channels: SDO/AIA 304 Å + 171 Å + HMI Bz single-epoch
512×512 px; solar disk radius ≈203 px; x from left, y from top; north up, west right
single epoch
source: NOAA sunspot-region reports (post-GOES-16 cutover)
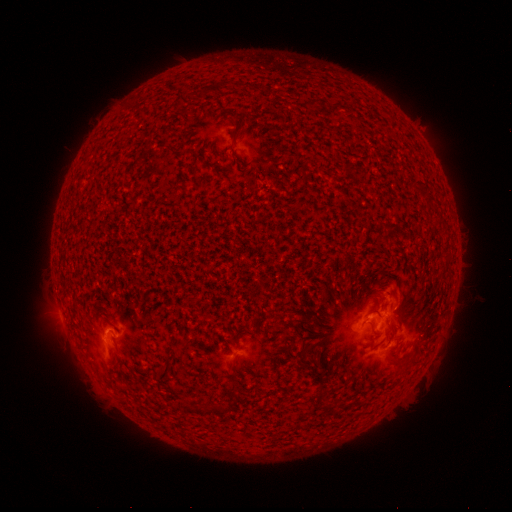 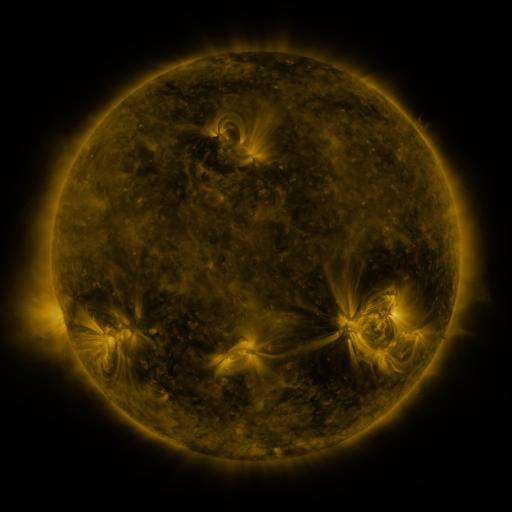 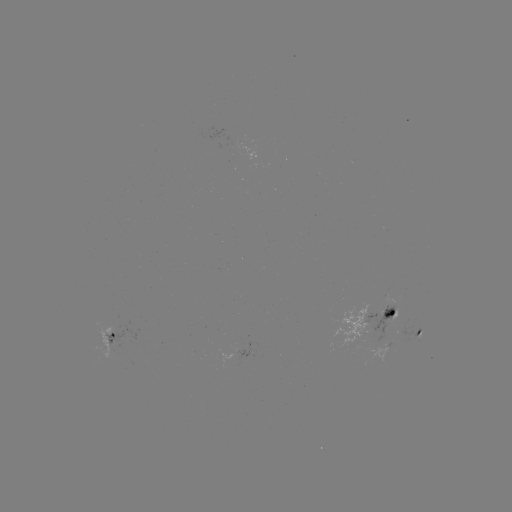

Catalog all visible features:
spotted active region: (381, 317)
spotted active region: (419, 333)
spotted active region: (112, 336)
